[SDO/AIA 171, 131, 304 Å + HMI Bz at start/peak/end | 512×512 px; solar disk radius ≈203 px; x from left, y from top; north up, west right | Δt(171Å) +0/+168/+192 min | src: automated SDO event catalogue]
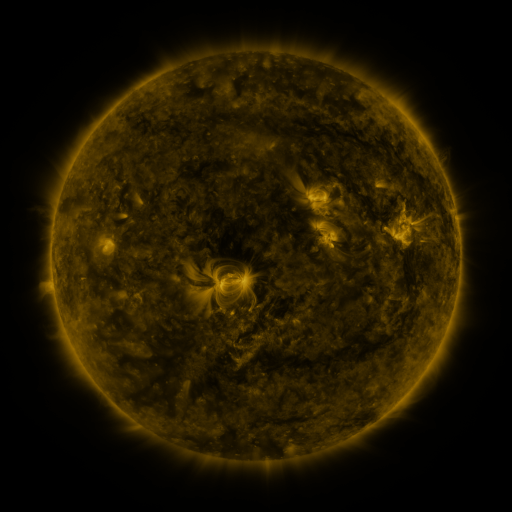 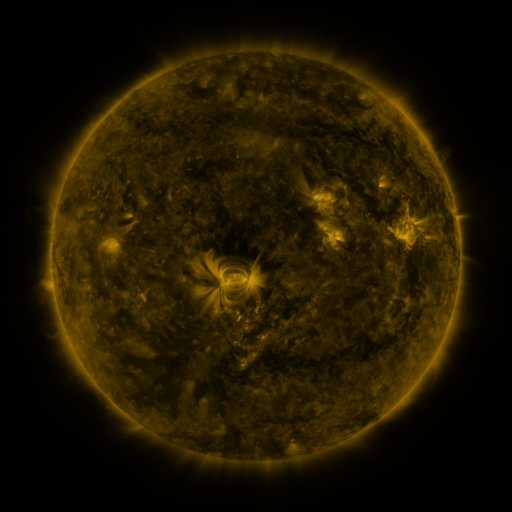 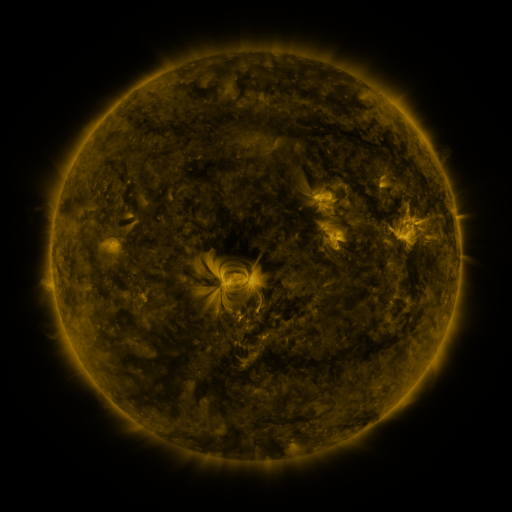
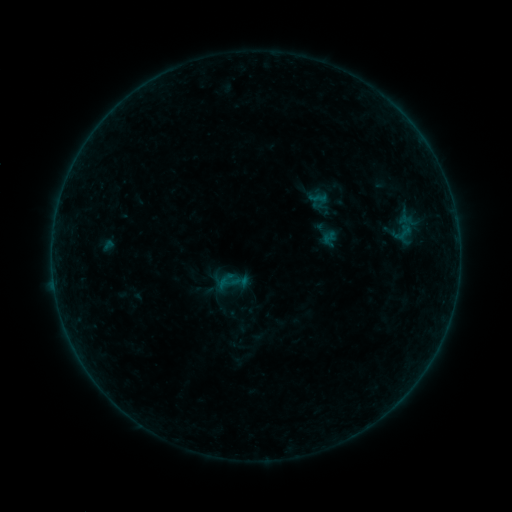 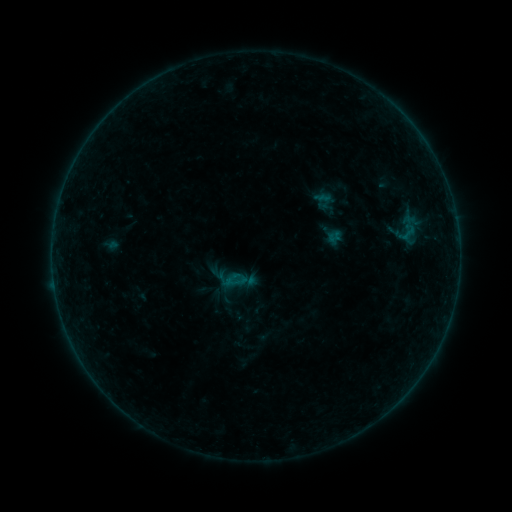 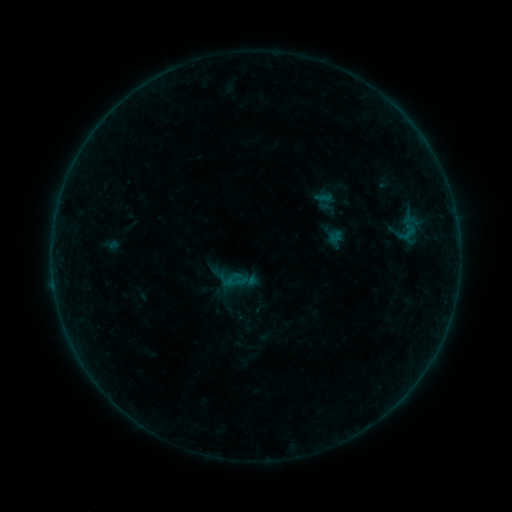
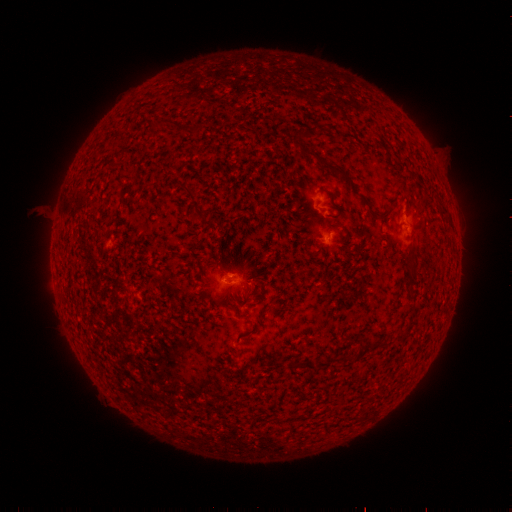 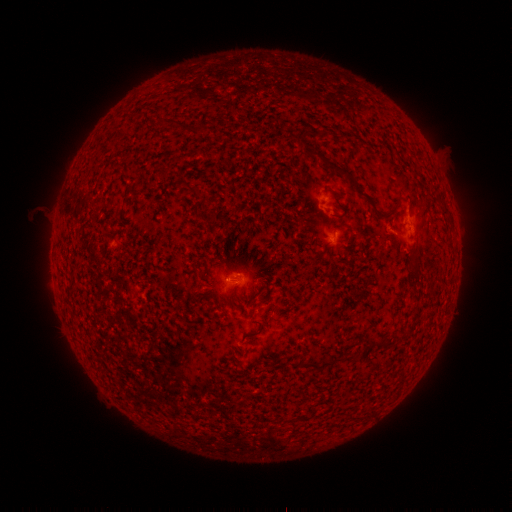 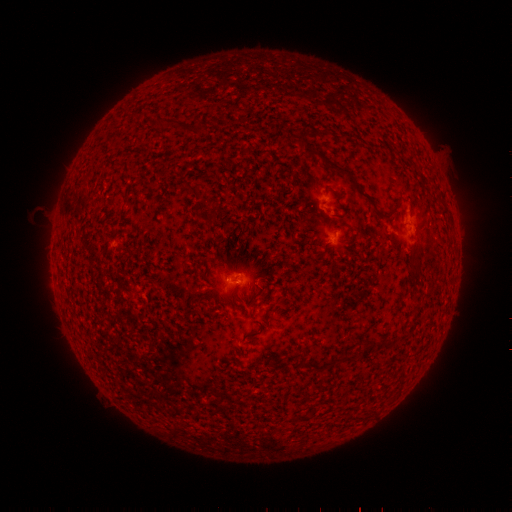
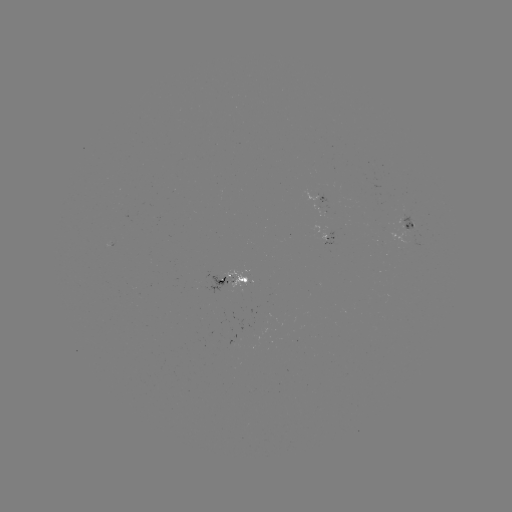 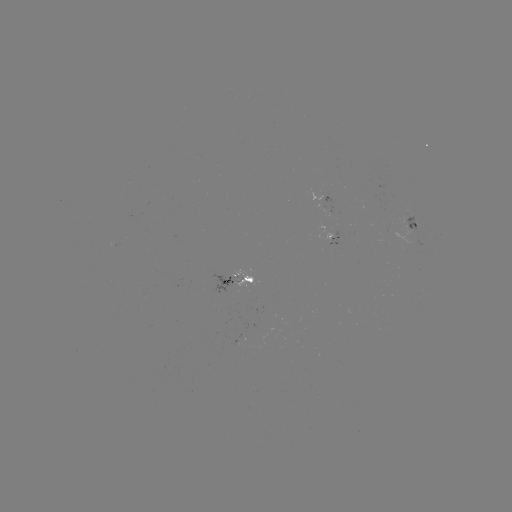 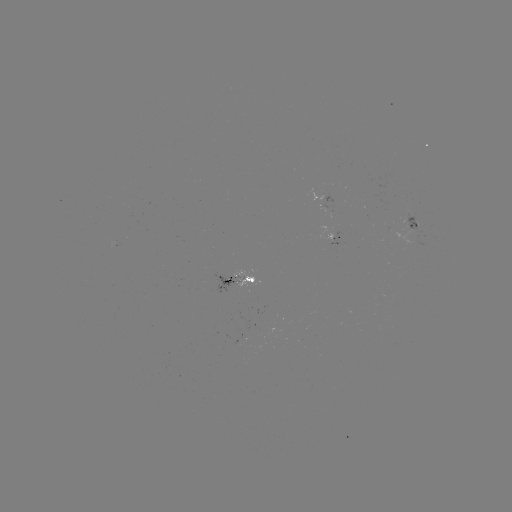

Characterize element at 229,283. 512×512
emerging-flux region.